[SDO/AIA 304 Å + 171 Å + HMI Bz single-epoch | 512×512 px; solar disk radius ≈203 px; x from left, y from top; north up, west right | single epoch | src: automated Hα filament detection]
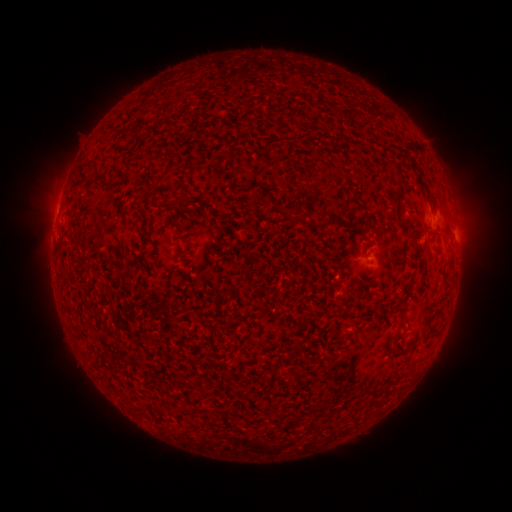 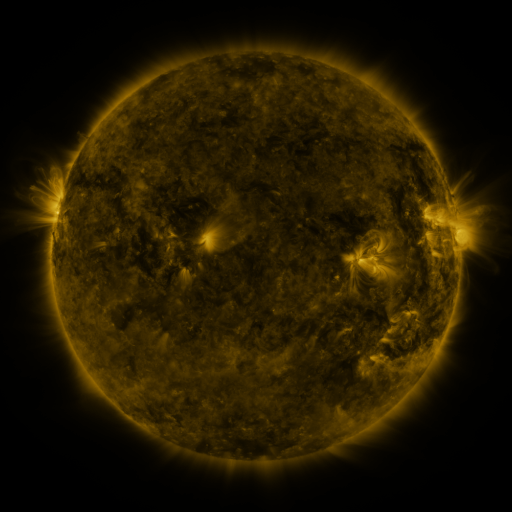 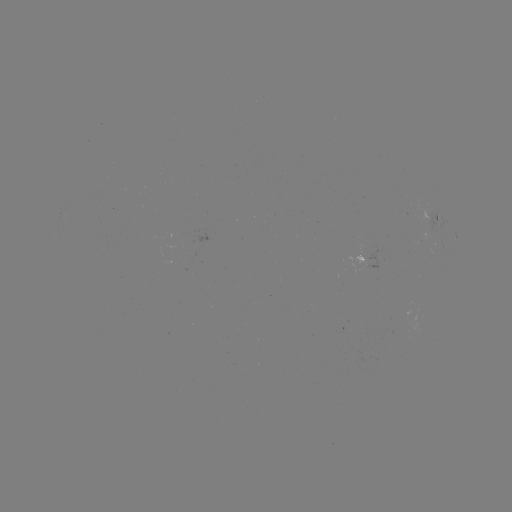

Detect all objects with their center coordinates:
filament: (166, 109)
filament: (183, 198)
filament: (323, 224)
filament: (241, 283)
filament: (397, 349)
filament: (175, 386)
filament: (220, 398)
filament: (188, 411)
